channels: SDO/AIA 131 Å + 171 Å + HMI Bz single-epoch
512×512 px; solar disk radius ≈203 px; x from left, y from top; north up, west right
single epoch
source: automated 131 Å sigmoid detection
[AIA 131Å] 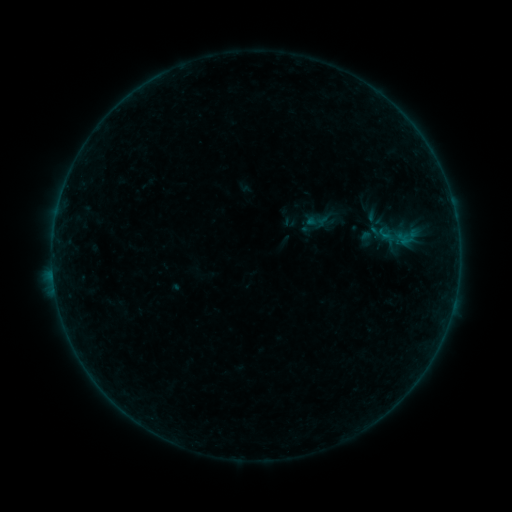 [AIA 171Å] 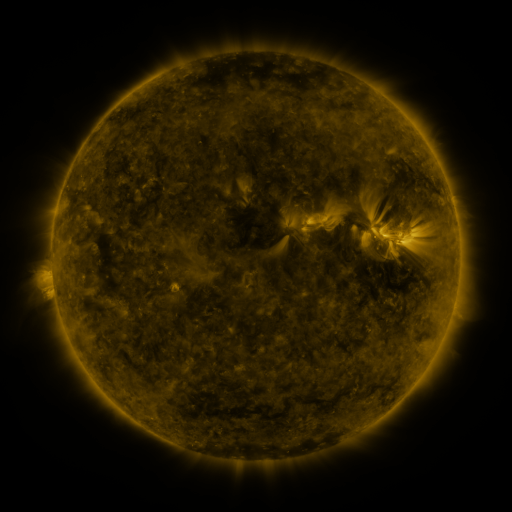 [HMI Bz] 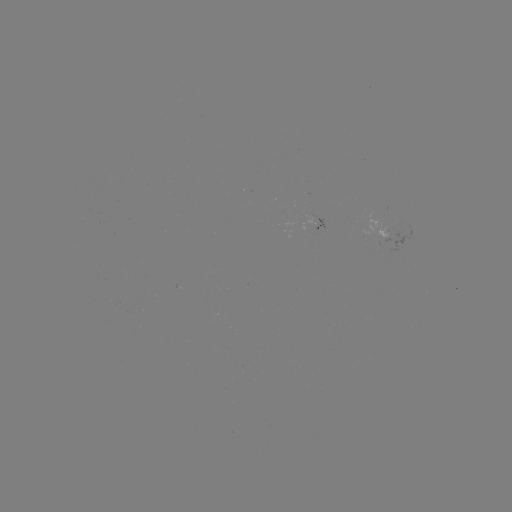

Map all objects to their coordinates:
sigmoid: <bbox>357, 230, 377, 248</bbox>
